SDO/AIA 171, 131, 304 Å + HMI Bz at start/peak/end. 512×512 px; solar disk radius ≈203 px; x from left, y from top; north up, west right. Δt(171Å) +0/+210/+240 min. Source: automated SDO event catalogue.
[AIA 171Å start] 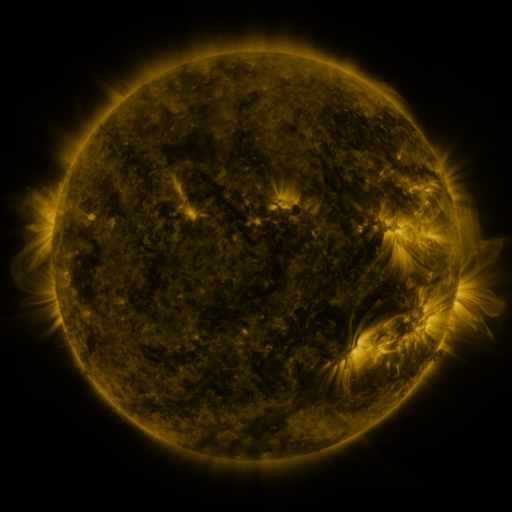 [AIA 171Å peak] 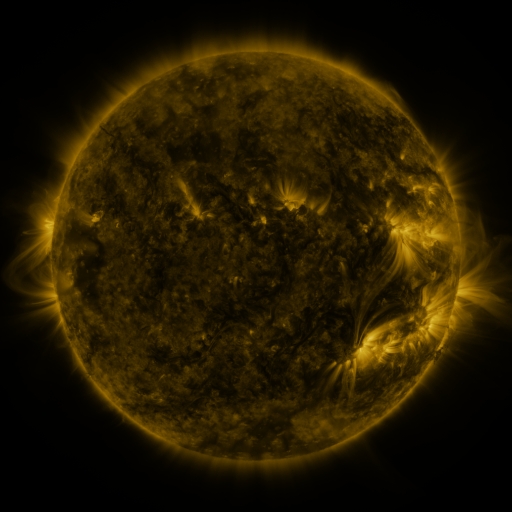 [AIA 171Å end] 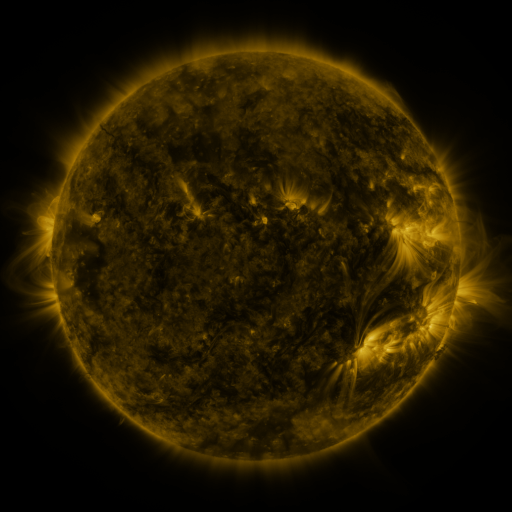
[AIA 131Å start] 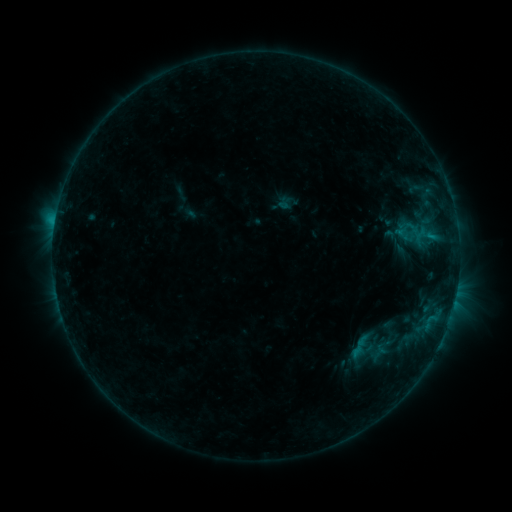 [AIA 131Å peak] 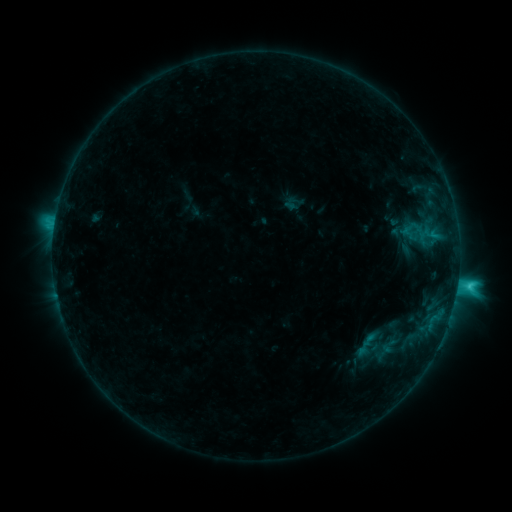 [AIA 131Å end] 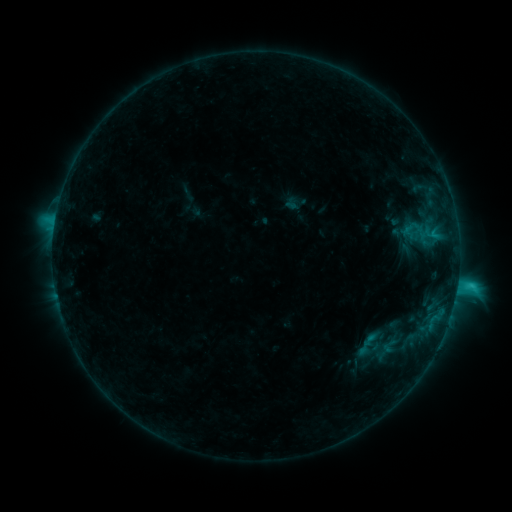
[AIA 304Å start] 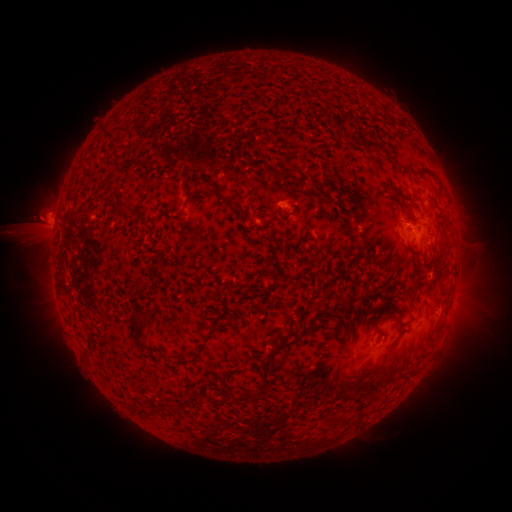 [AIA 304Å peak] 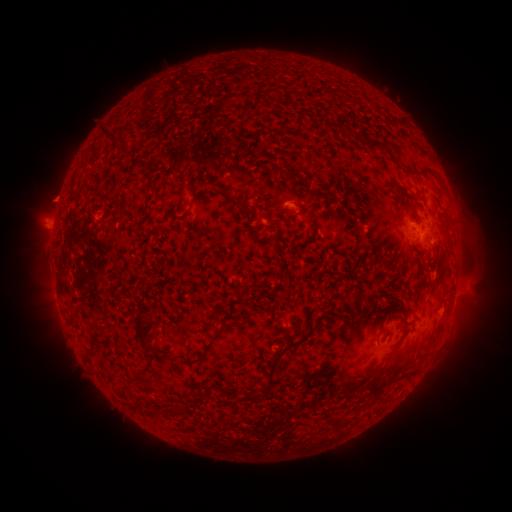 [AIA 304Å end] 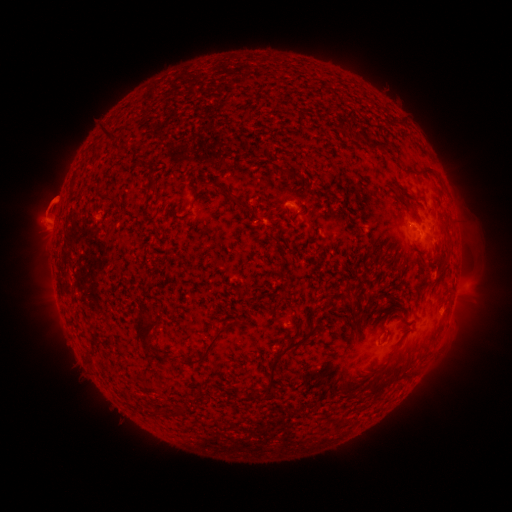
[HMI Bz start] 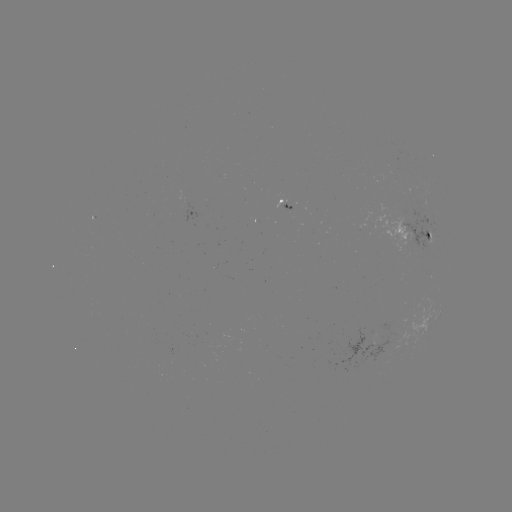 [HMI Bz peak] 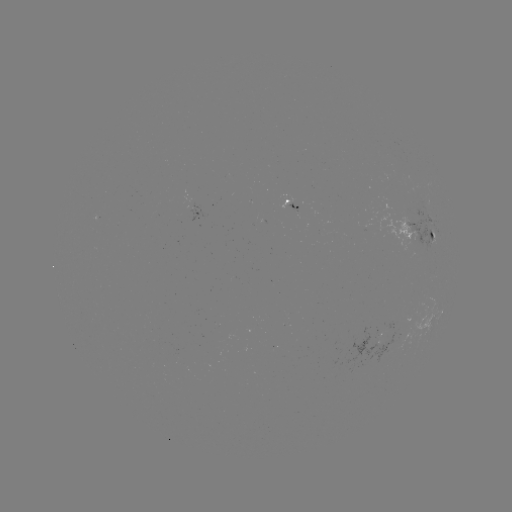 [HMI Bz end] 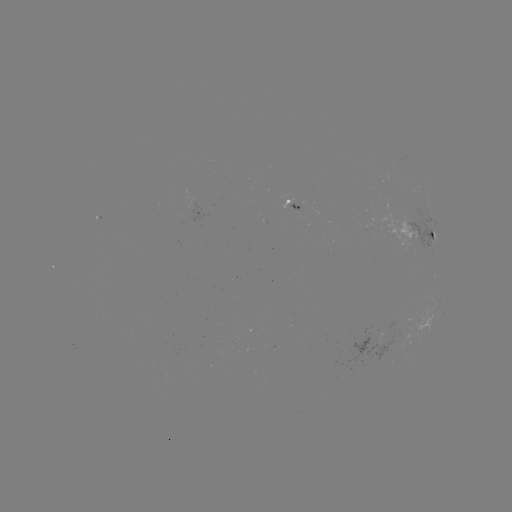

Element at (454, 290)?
C3.2 flare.